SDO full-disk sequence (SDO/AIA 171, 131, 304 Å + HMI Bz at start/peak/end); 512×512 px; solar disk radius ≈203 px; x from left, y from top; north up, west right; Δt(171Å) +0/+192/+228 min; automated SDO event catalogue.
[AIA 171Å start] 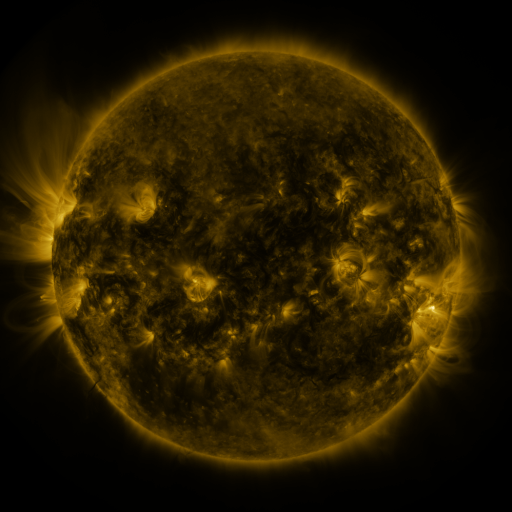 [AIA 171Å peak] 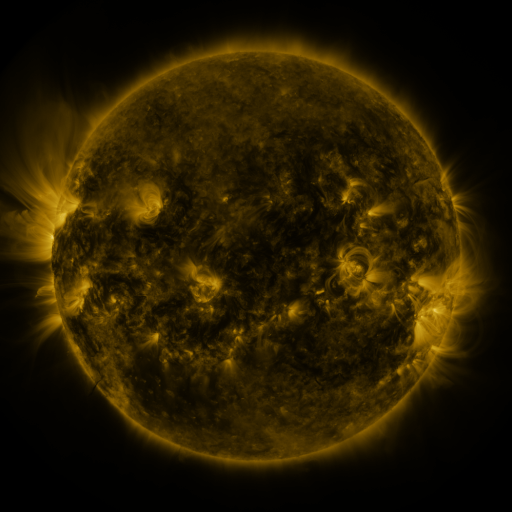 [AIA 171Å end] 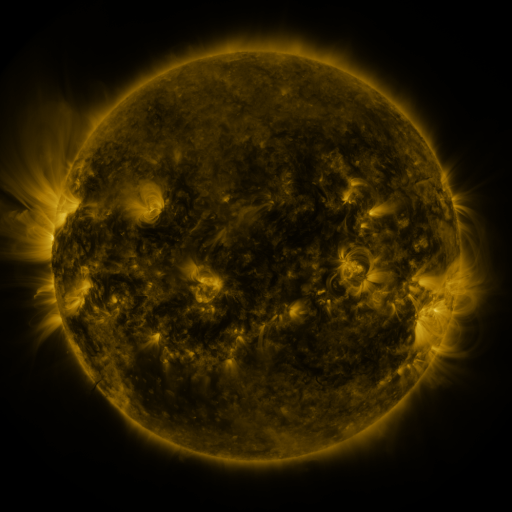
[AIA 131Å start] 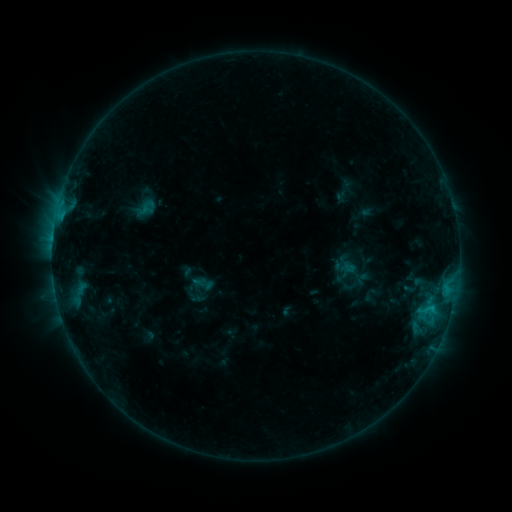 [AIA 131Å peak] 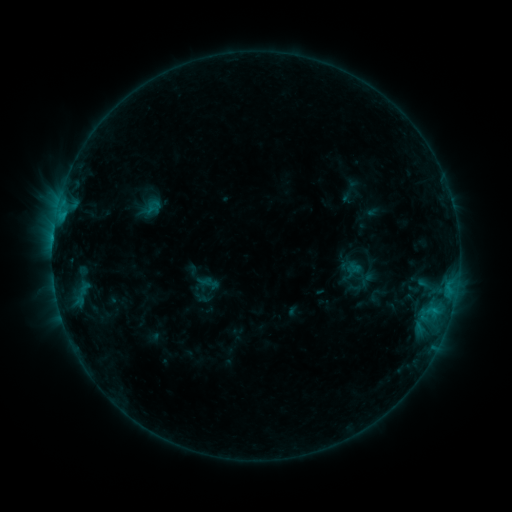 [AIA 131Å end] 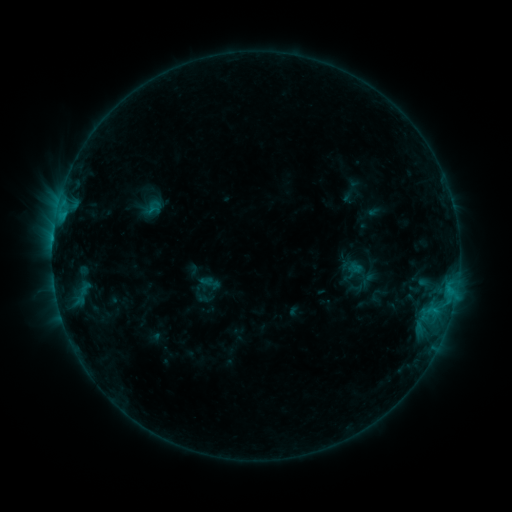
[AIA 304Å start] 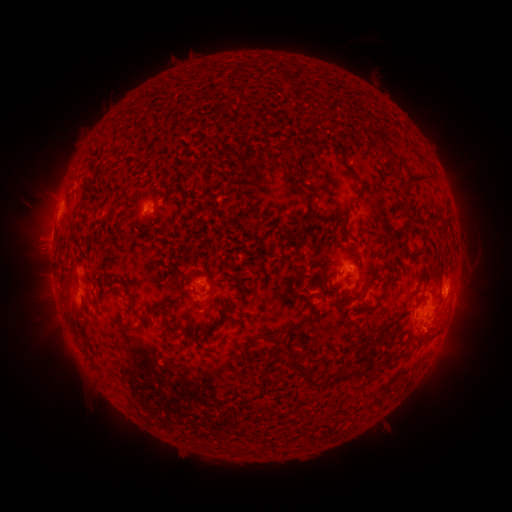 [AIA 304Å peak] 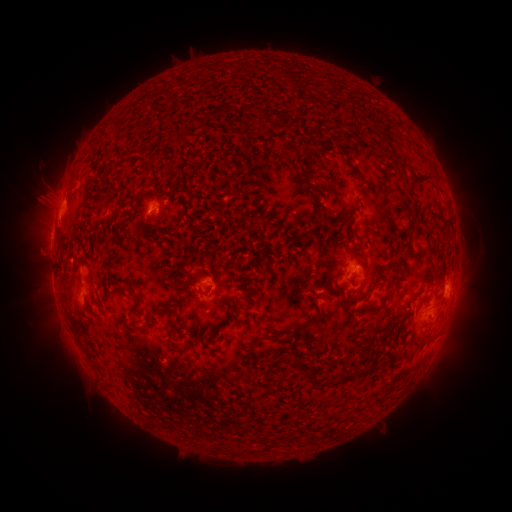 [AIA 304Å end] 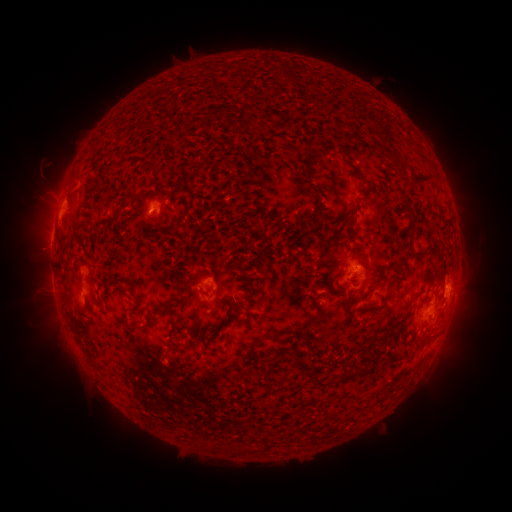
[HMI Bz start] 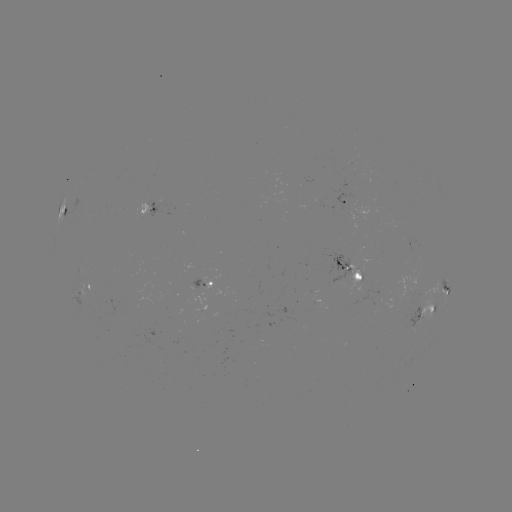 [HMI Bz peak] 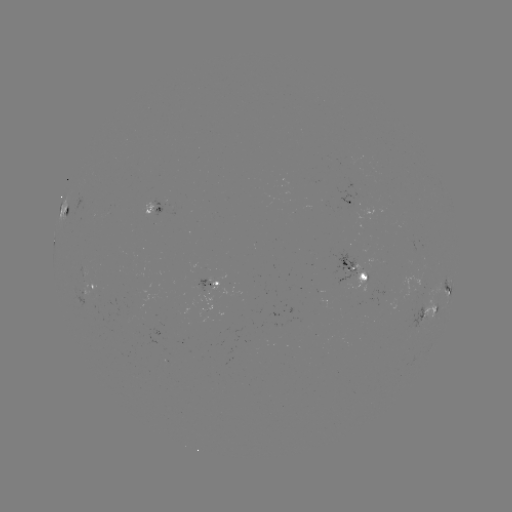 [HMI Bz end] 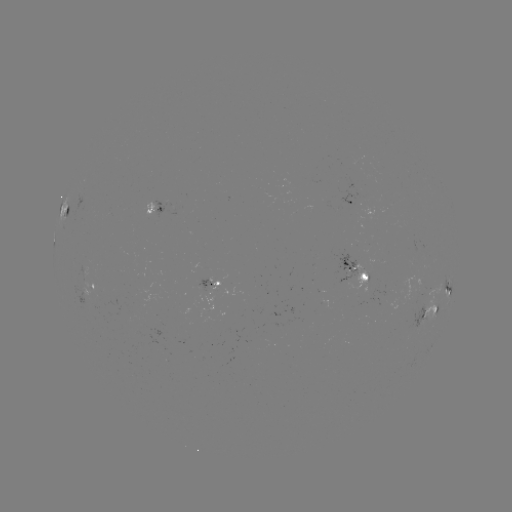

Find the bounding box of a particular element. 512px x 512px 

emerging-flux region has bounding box [80, 286, 101, 311].